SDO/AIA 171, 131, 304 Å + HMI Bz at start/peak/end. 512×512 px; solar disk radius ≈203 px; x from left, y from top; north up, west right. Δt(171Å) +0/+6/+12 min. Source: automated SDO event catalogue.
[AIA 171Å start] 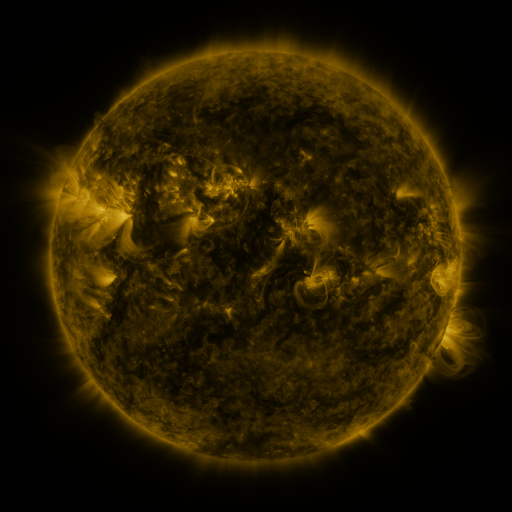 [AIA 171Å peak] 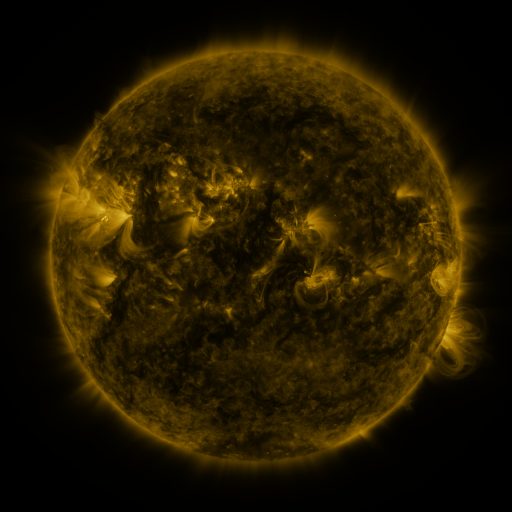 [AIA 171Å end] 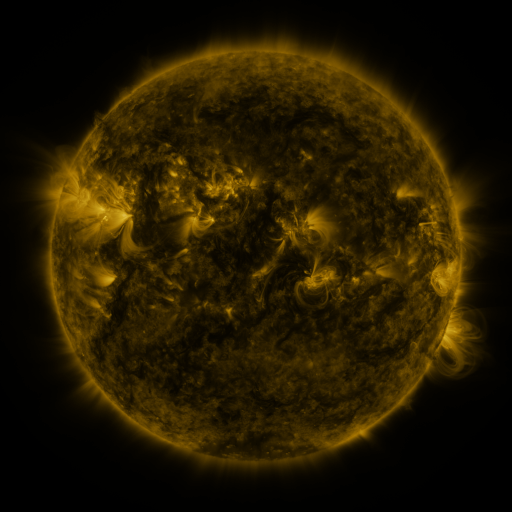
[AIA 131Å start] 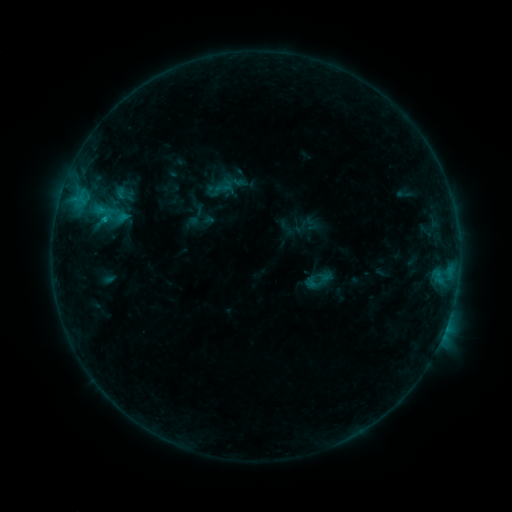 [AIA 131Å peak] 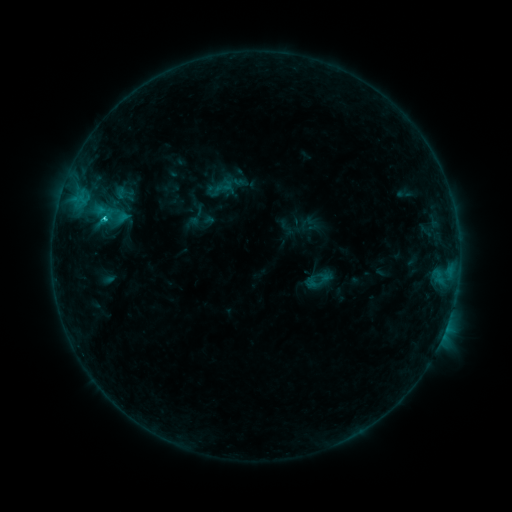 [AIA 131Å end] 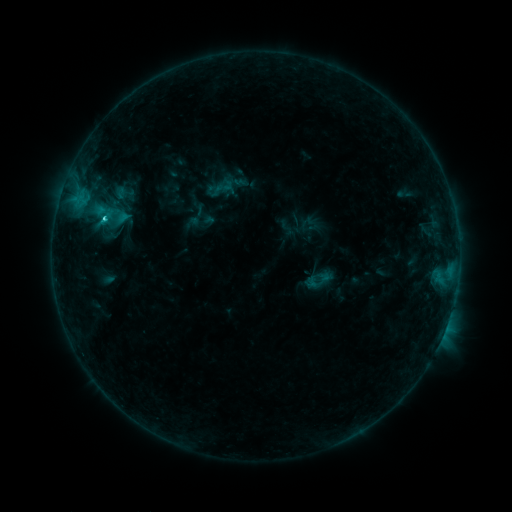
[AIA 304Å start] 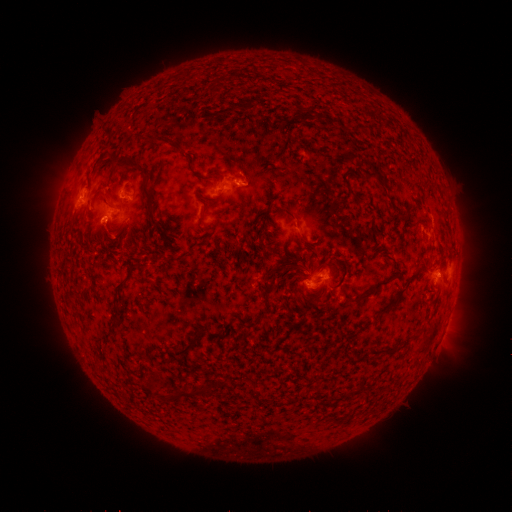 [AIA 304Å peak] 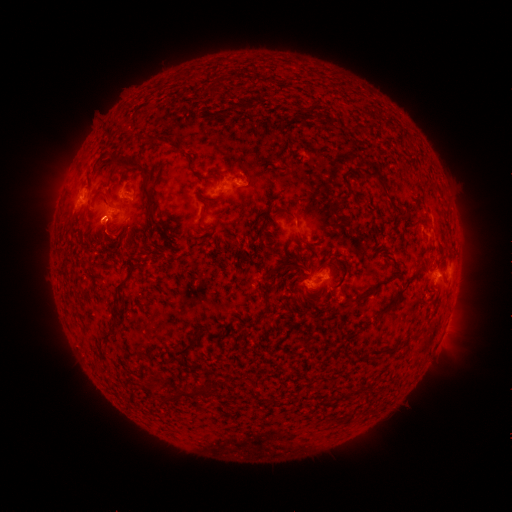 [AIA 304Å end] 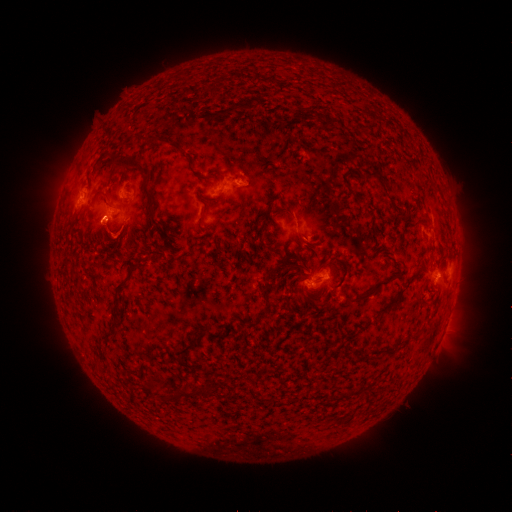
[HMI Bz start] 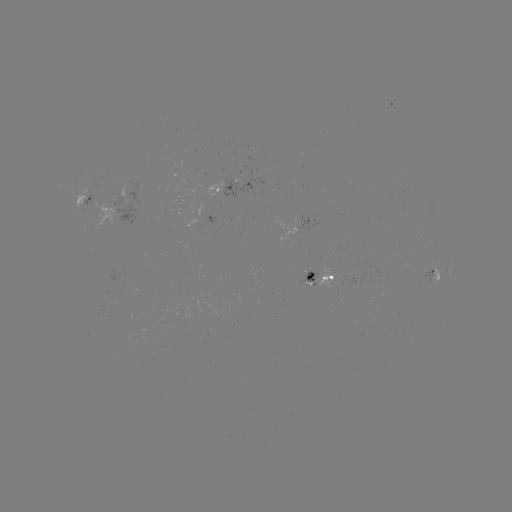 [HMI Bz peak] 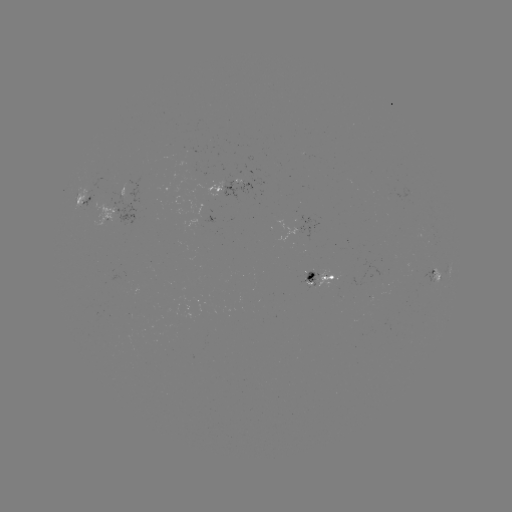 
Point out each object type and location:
C1.7 flare: (105, 219)
